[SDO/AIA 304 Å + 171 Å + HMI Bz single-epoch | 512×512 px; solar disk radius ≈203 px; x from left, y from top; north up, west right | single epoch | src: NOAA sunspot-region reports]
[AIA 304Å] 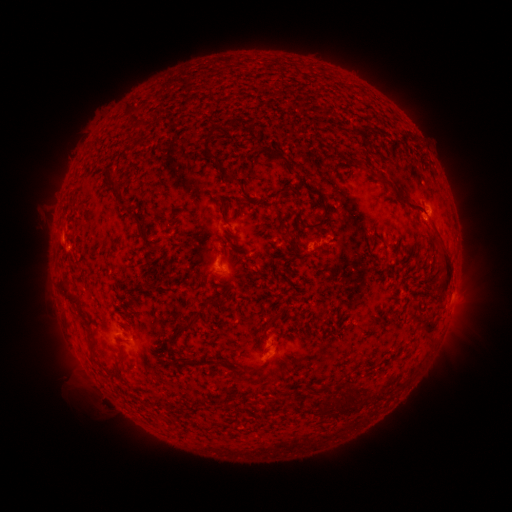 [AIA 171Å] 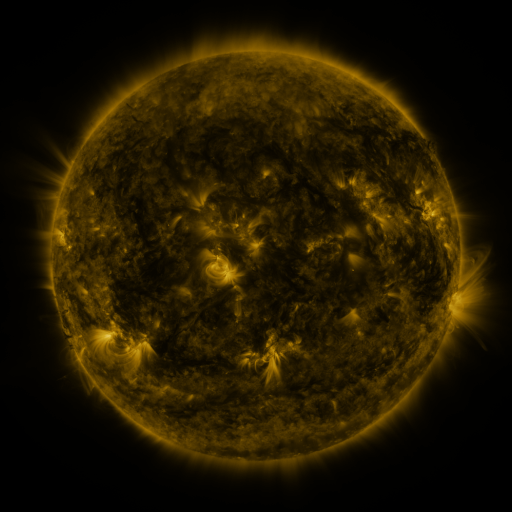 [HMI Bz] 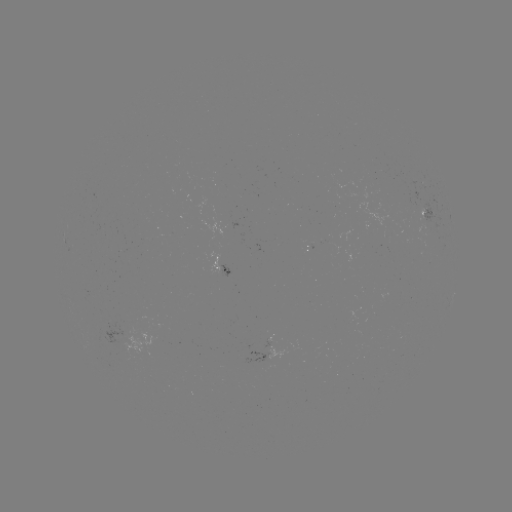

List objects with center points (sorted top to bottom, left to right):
spotted active region: (429, 215)
spotted active region: (224, 270)
spotted active region: (449, 303)
spotted active region: (265, 352)
